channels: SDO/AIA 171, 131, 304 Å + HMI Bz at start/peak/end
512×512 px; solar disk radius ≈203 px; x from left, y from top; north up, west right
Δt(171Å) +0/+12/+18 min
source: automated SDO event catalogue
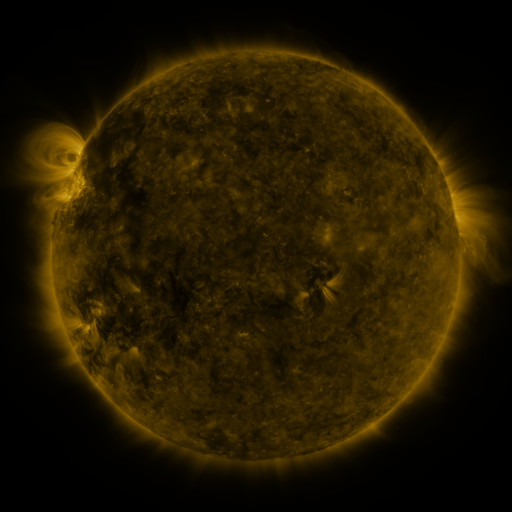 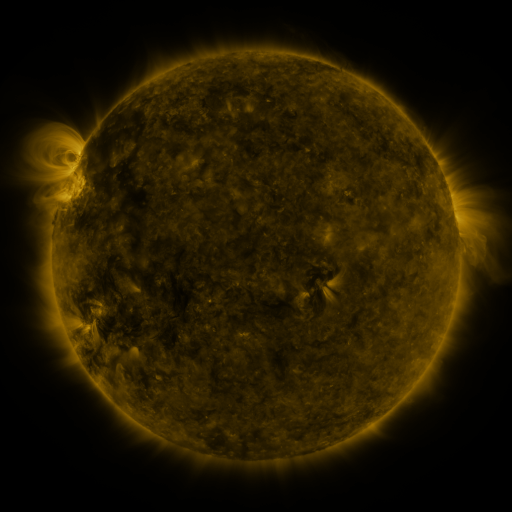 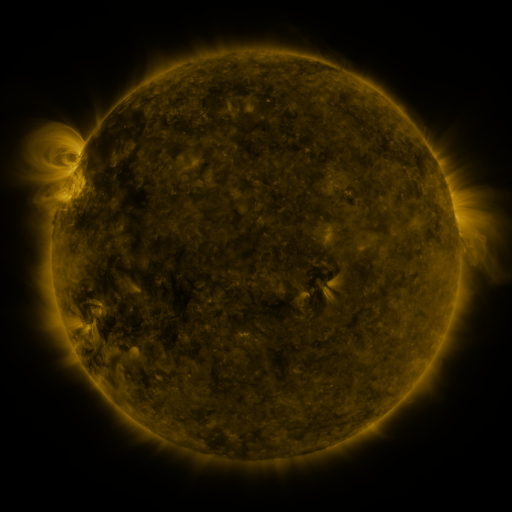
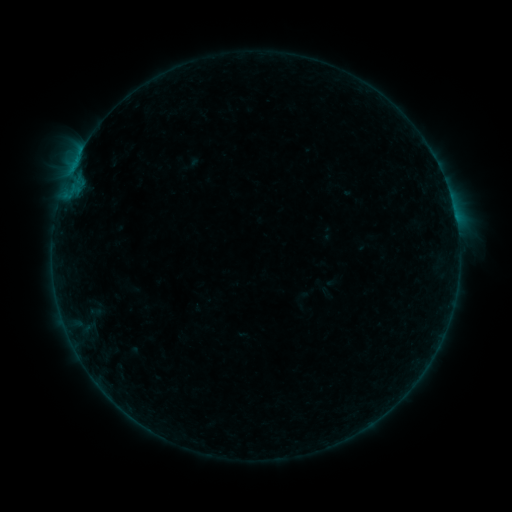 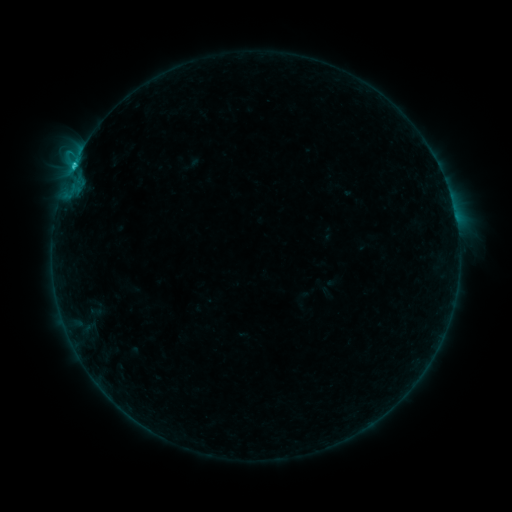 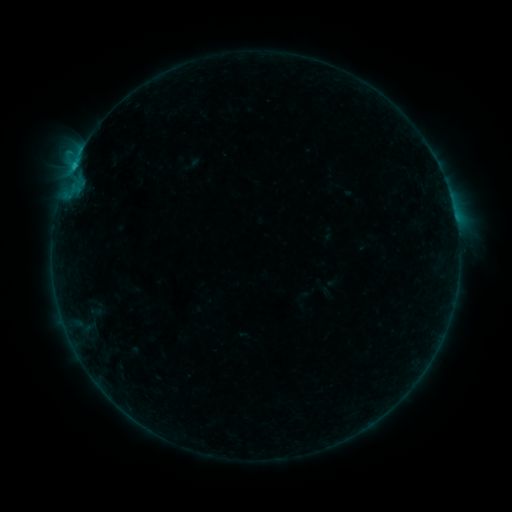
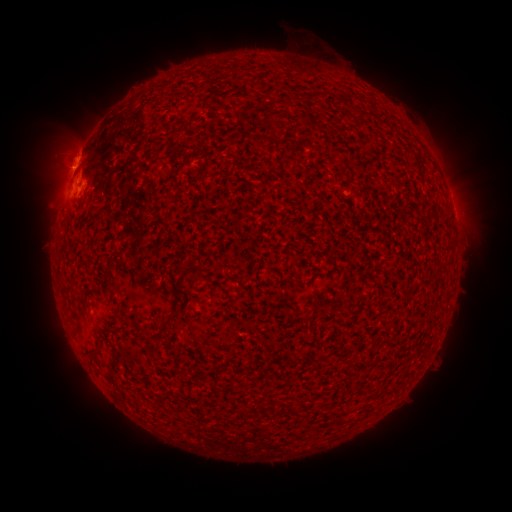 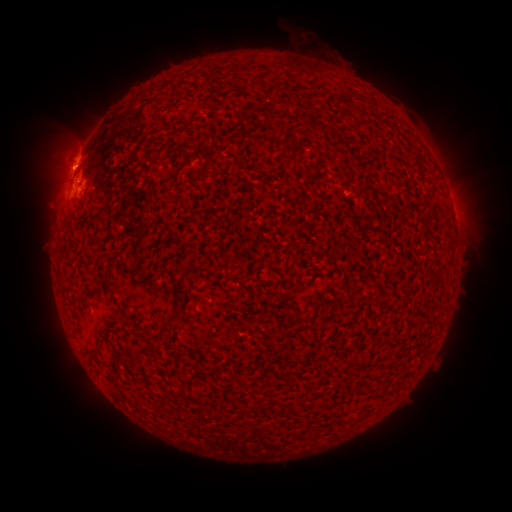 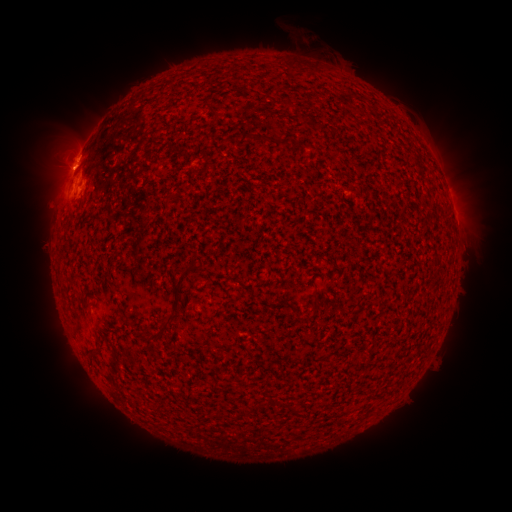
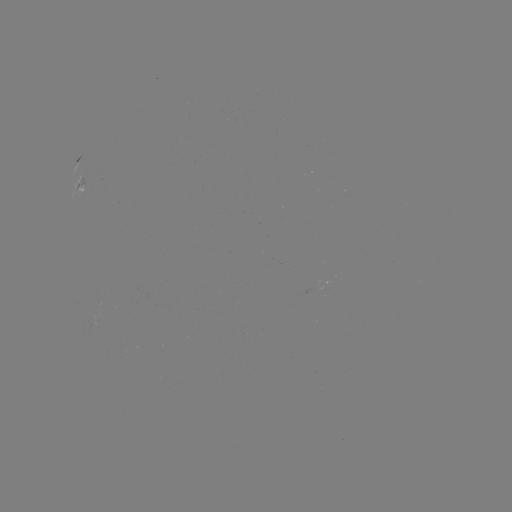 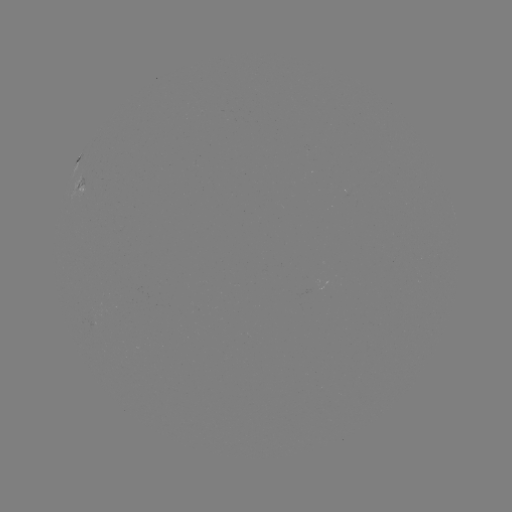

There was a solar flare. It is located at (73, 169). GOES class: C1.1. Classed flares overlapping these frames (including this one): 1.